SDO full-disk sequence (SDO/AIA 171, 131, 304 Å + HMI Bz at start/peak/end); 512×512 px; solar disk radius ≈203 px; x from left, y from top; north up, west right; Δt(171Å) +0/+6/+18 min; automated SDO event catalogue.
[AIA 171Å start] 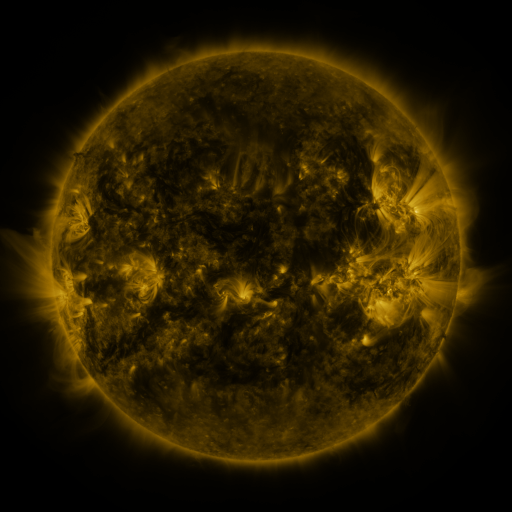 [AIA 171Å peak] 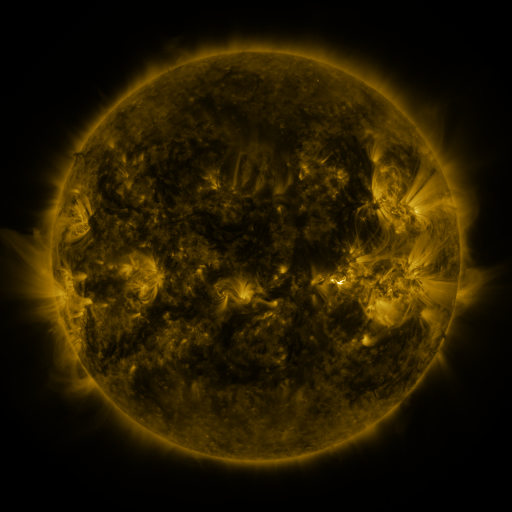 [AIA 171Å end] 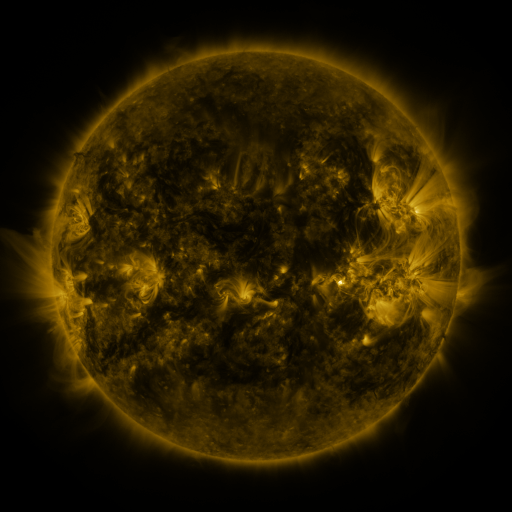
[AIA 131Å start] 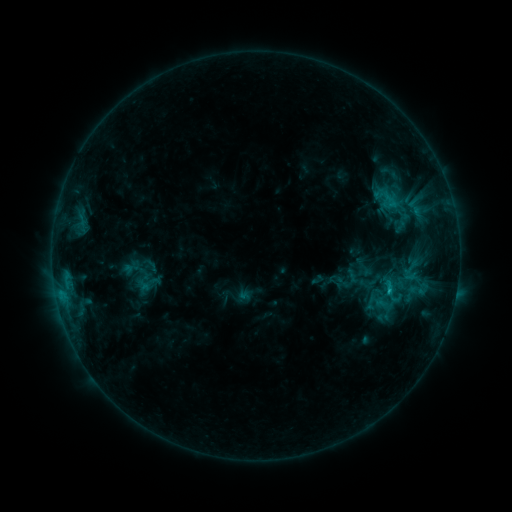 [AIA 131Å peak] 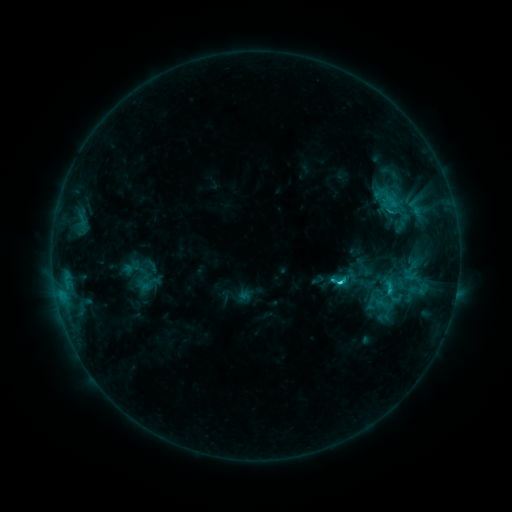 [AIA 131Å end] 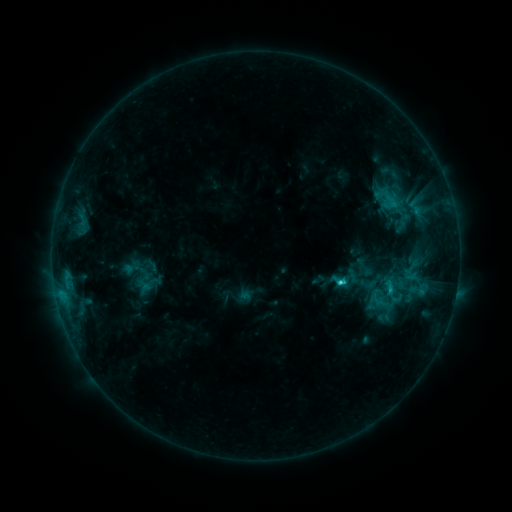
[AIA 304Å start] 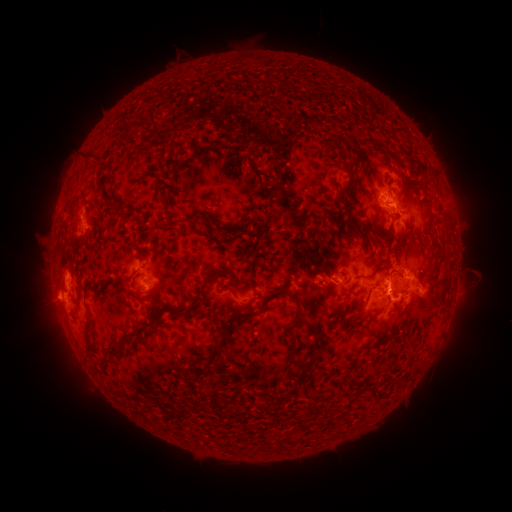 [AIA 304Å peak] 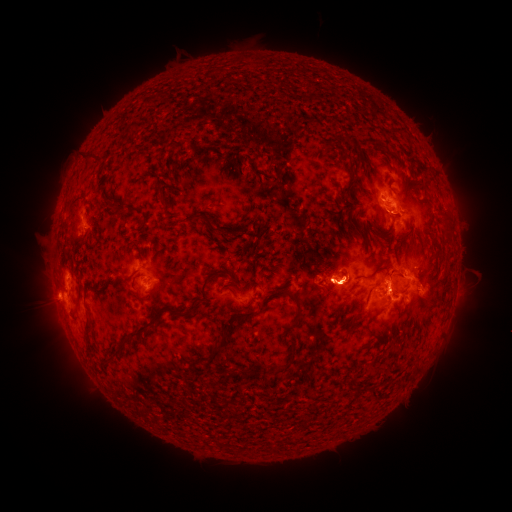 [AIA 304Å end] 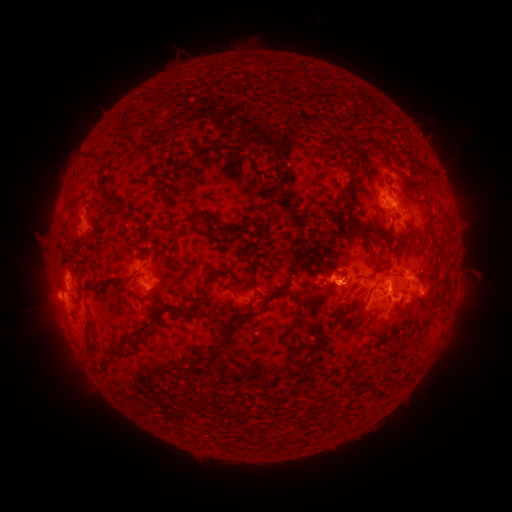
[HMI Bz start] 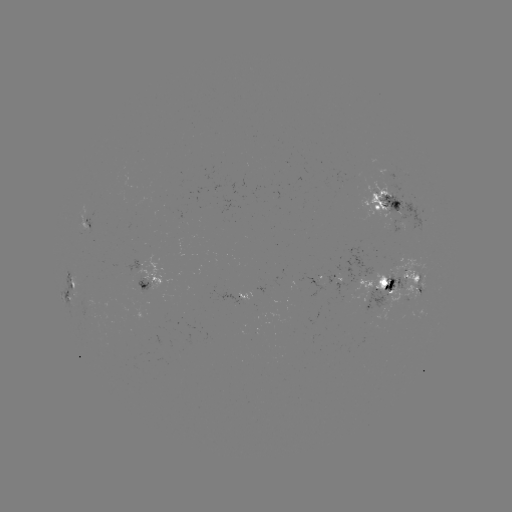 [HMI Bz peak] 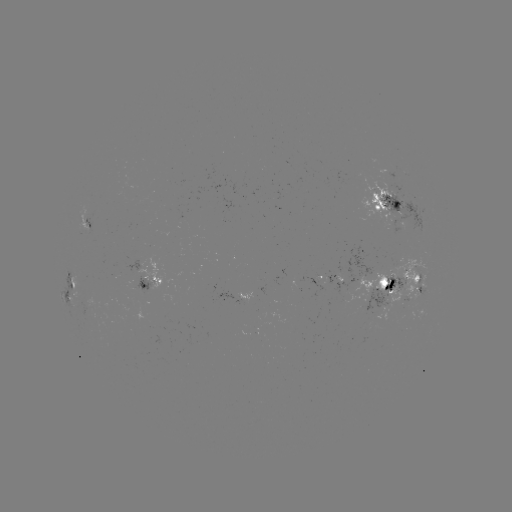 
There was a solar flare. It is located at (340, 281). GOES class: C4.0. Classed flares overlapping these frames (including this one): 1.